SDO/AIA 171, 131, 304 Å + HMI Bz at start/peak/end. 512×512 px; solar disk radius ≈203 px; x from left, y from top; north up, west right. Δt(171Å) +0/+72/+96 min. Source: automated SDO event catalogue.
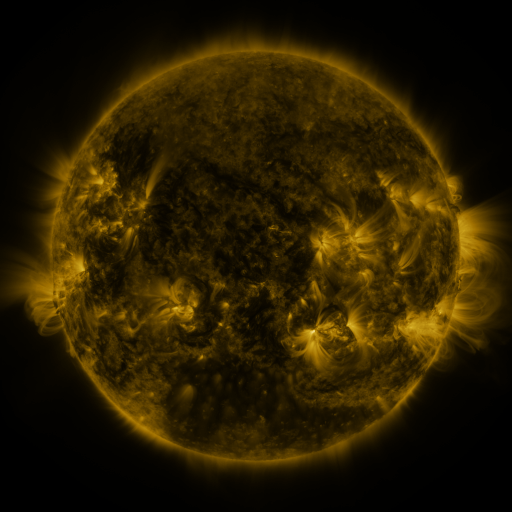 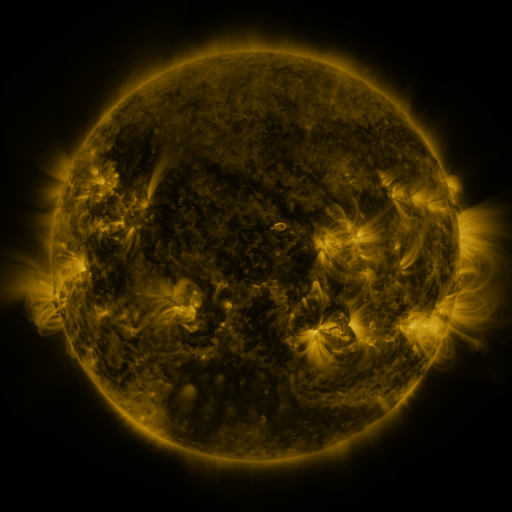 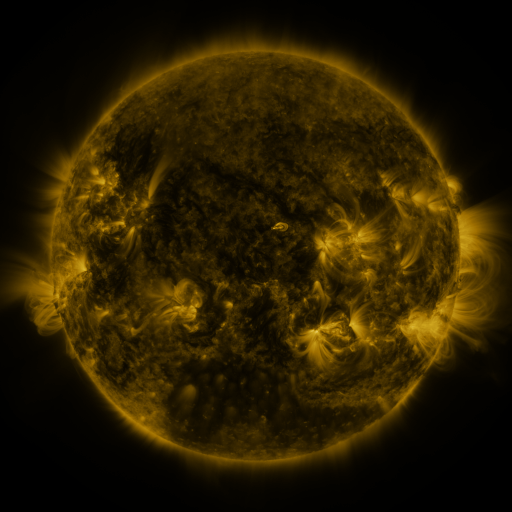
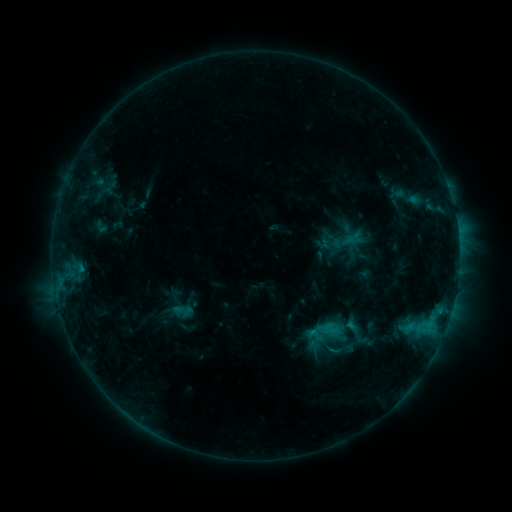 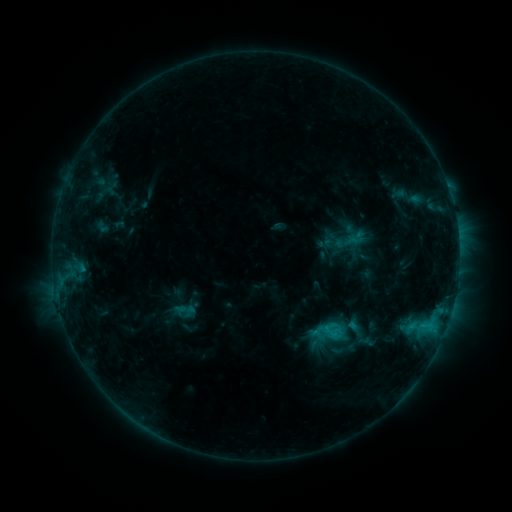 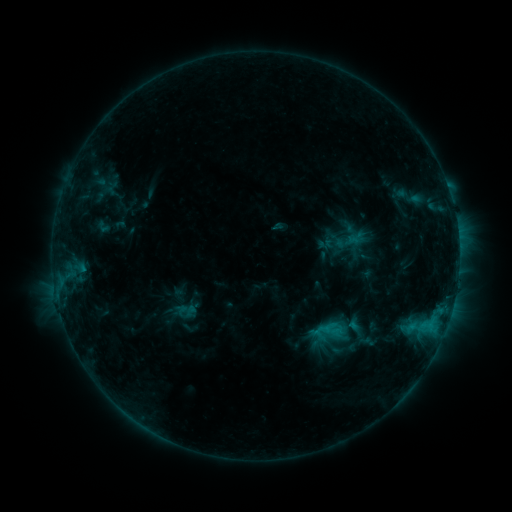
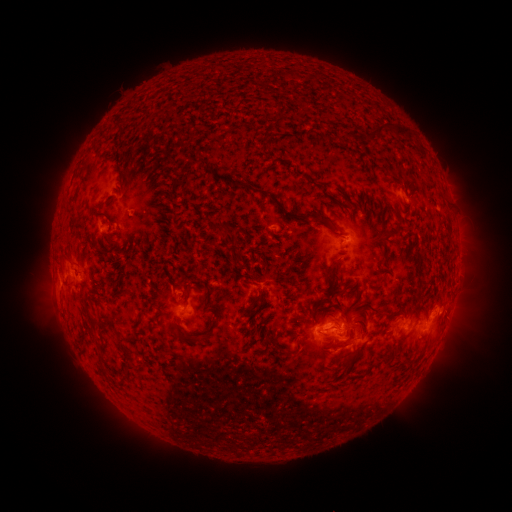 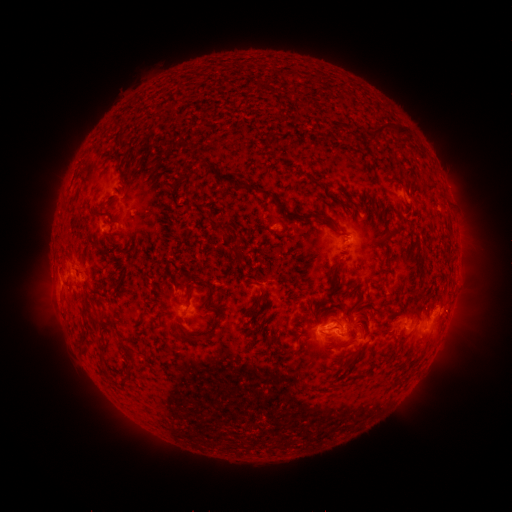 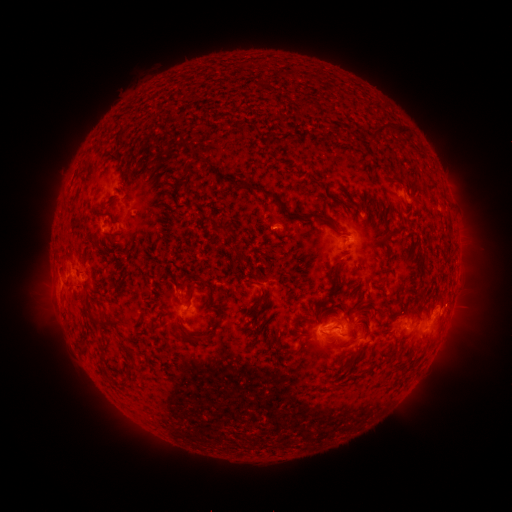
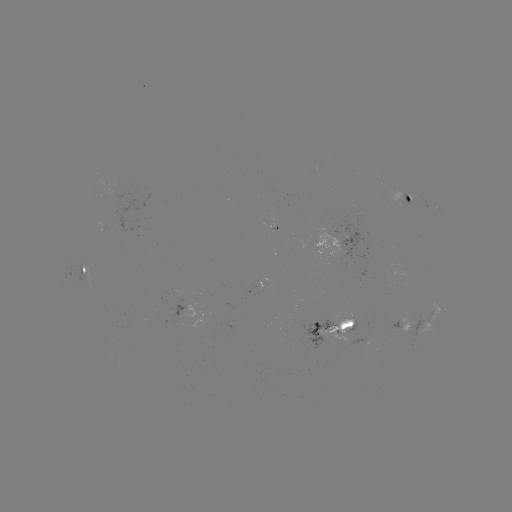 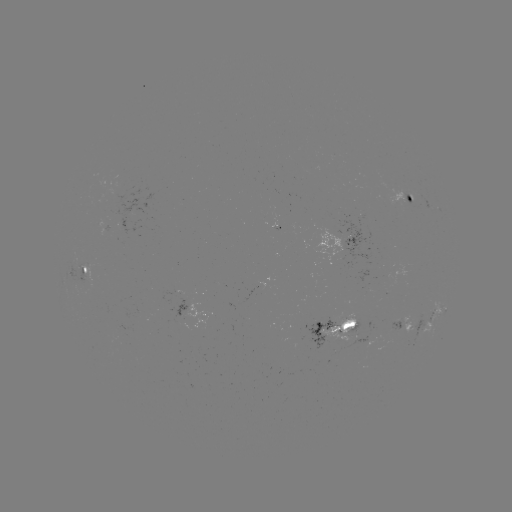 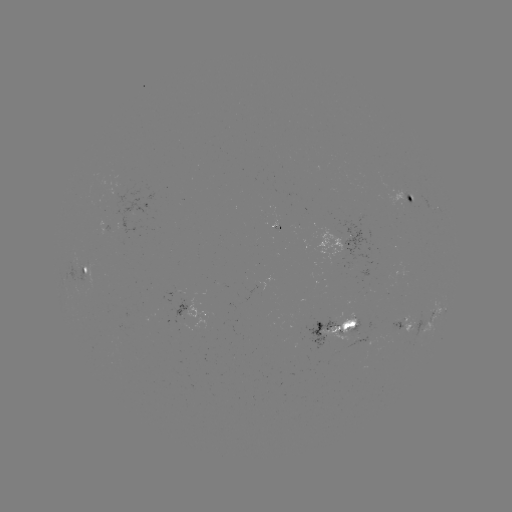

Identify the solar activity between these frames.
emerging-flux region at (420, 201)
